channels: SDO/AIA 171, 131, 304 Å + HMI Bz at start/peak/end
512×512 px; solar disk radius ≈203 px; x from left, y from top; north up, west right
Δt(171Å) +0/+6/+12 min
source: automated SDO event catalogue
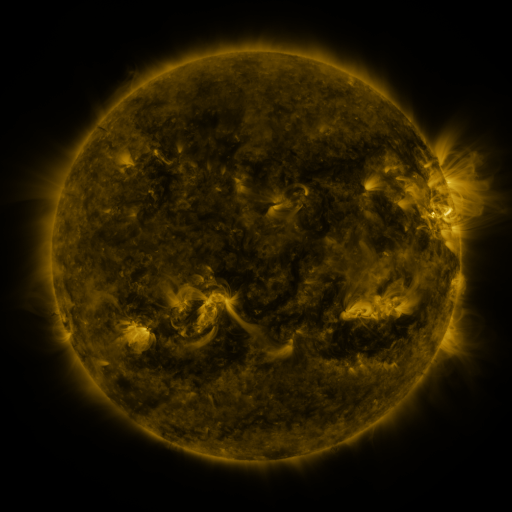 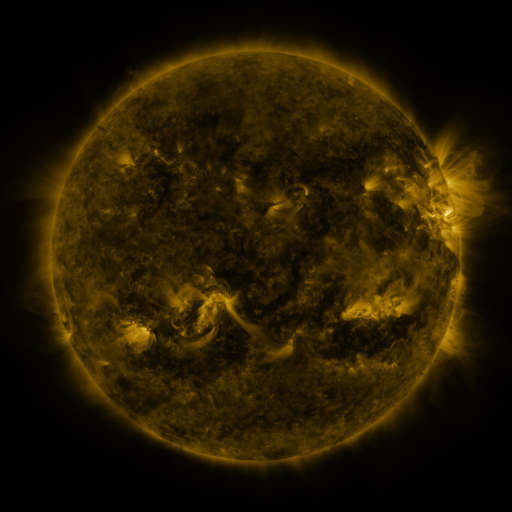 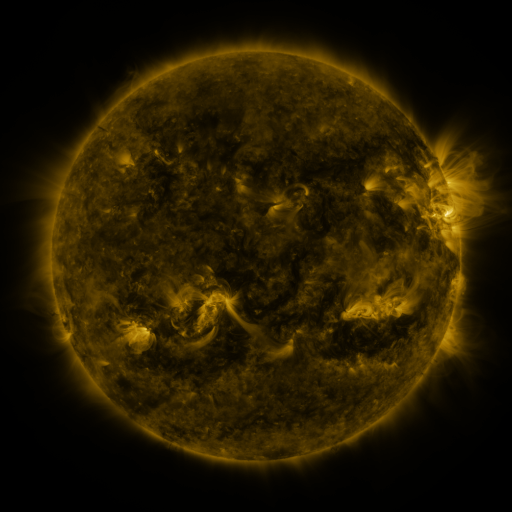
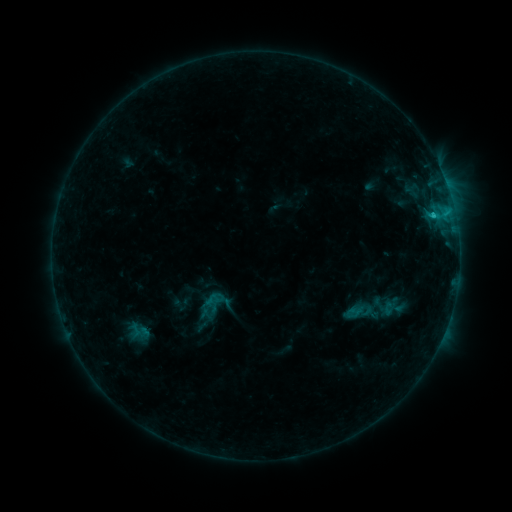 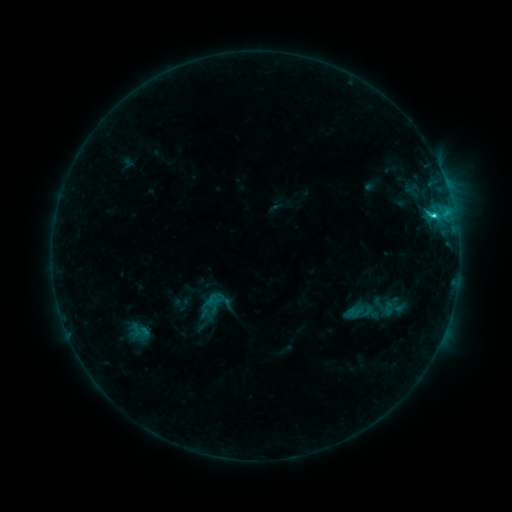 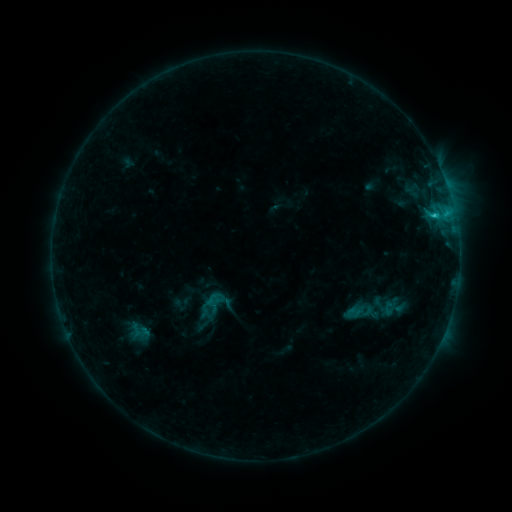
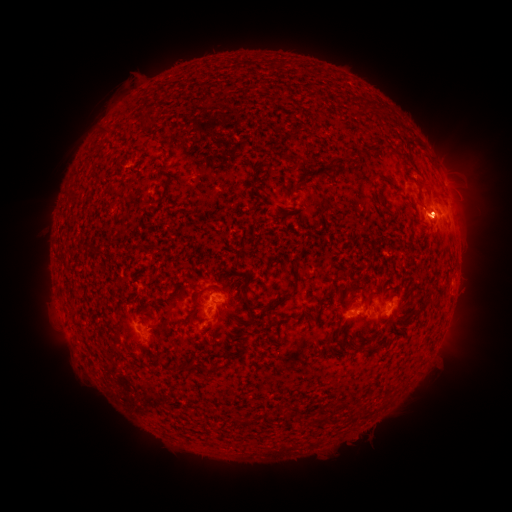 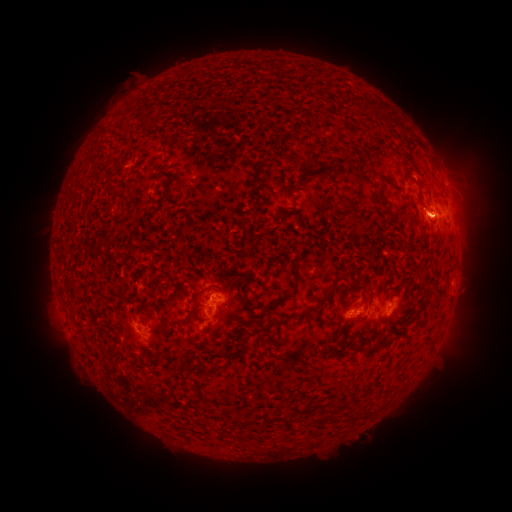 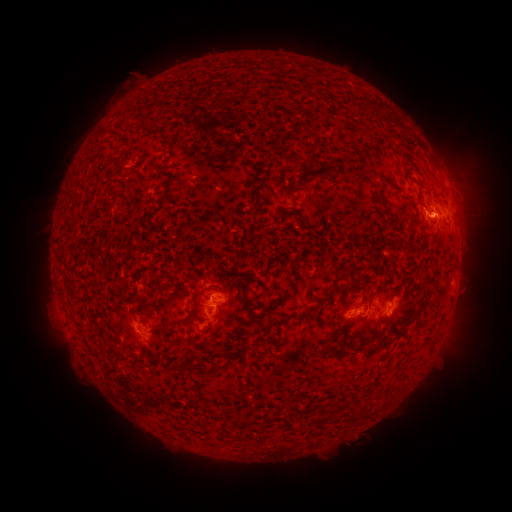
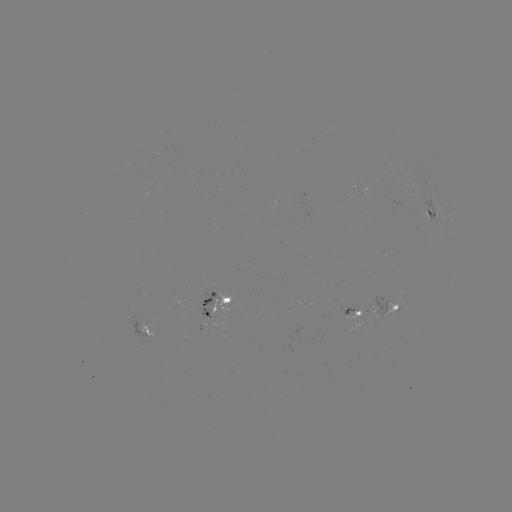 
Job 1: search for C1.6 flare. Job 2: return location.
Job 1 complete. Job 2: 433,218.